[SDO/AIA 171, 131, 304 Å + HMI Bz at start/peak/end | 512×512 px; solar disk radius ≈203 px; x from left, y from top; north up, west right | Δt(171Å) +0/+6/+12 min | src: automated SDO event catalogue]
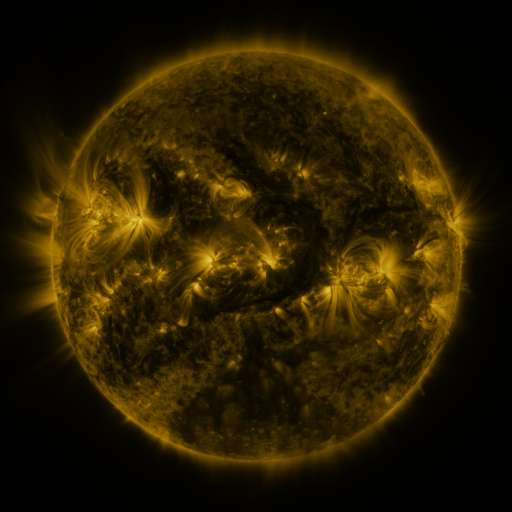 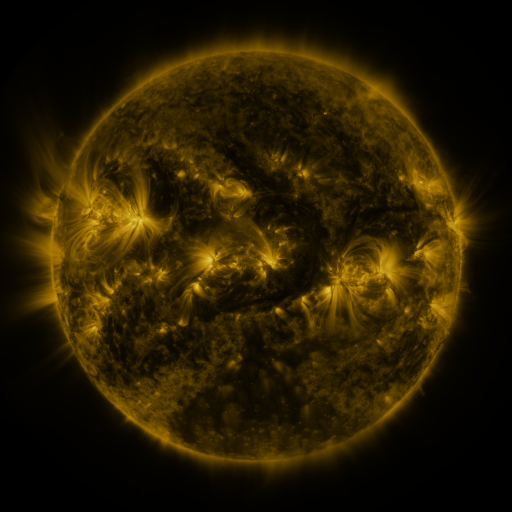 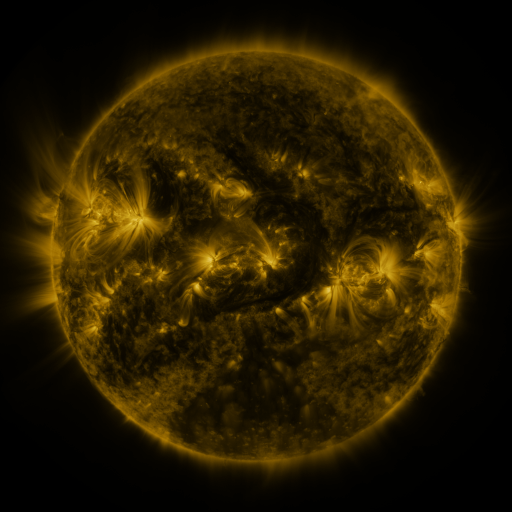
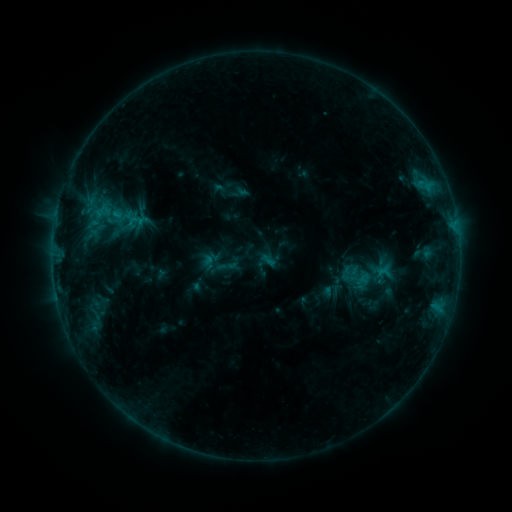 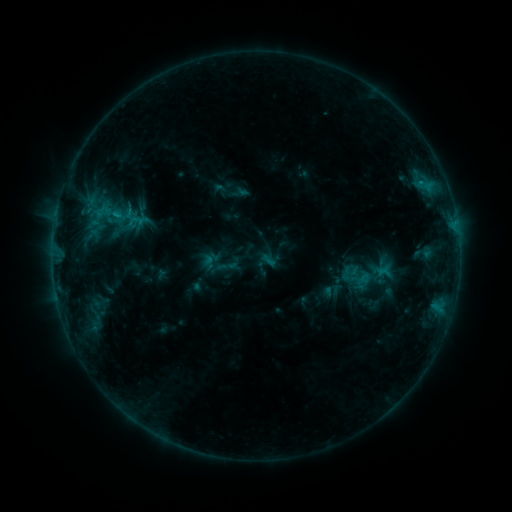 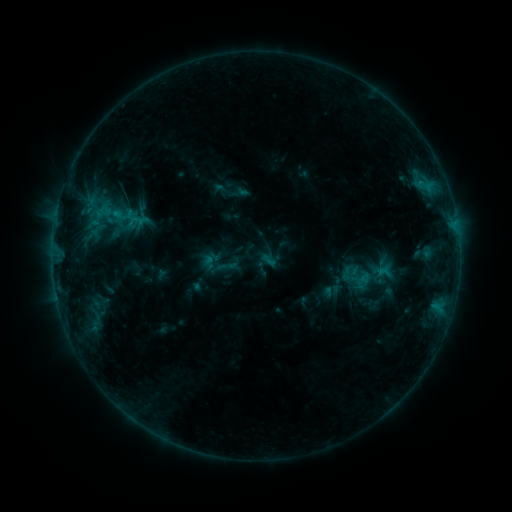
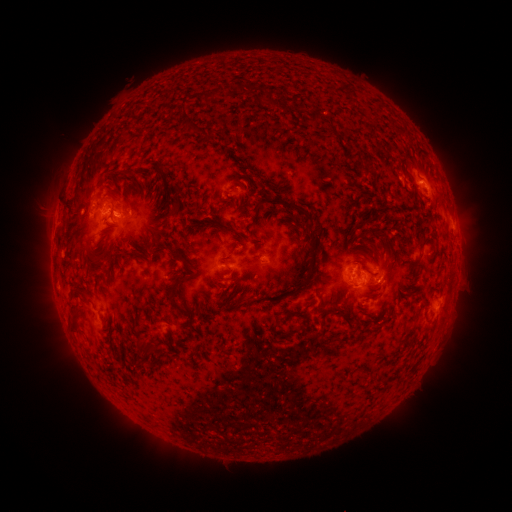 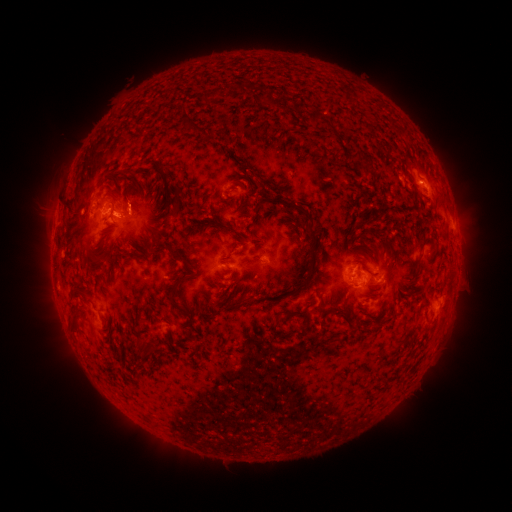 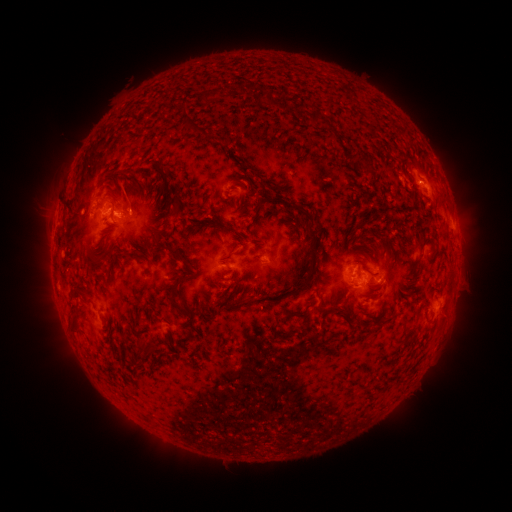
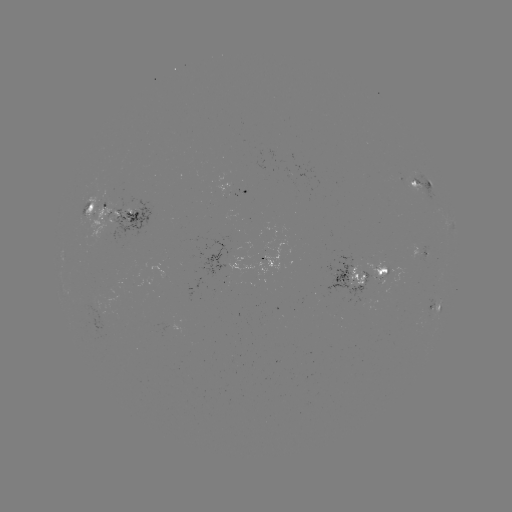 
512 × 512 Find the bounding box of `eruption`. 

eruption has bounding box [108, 170, 153, 212].